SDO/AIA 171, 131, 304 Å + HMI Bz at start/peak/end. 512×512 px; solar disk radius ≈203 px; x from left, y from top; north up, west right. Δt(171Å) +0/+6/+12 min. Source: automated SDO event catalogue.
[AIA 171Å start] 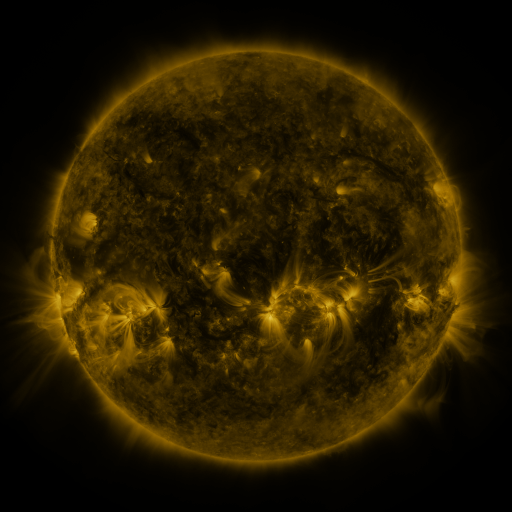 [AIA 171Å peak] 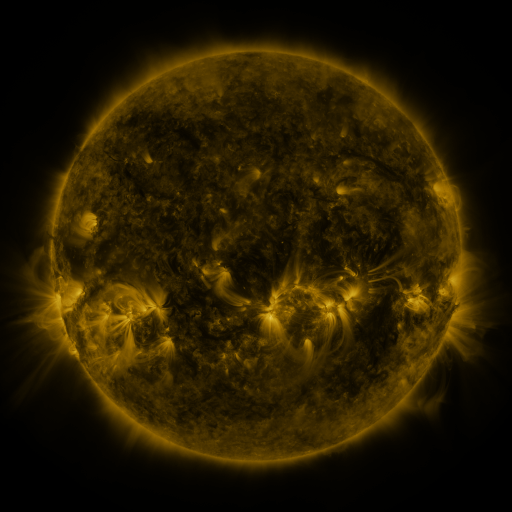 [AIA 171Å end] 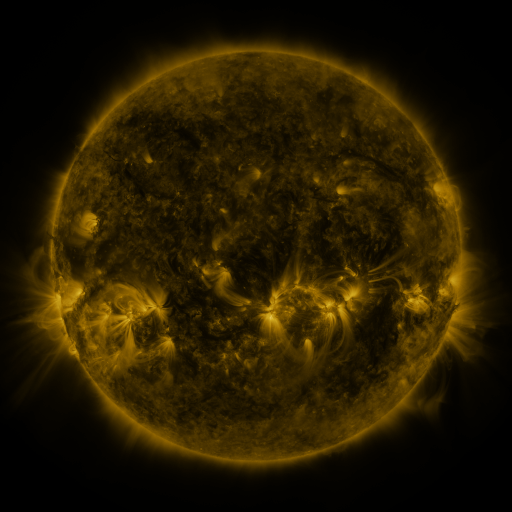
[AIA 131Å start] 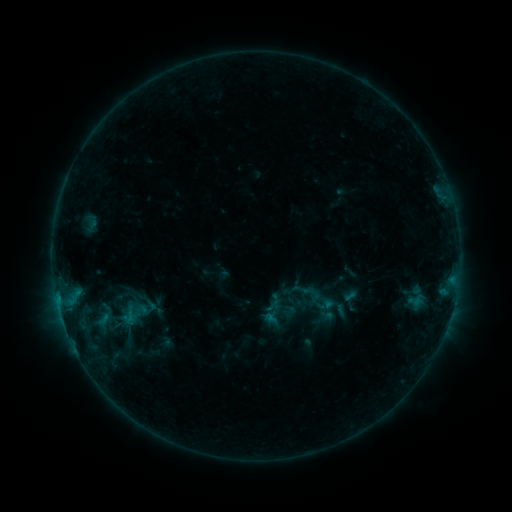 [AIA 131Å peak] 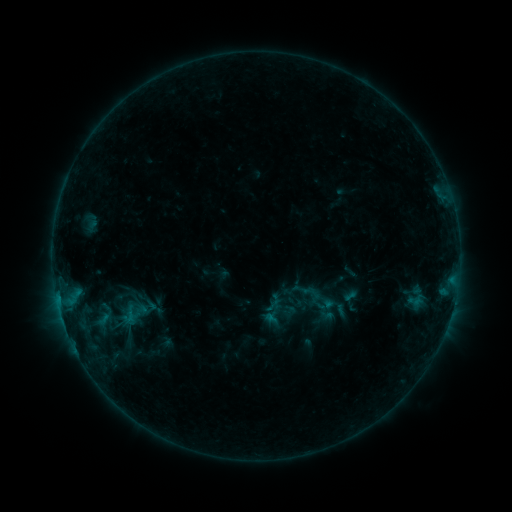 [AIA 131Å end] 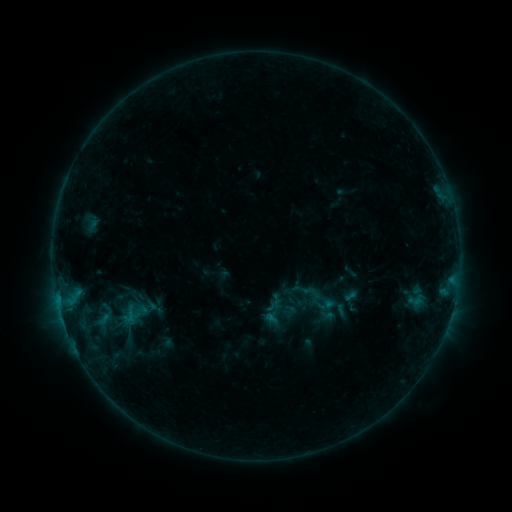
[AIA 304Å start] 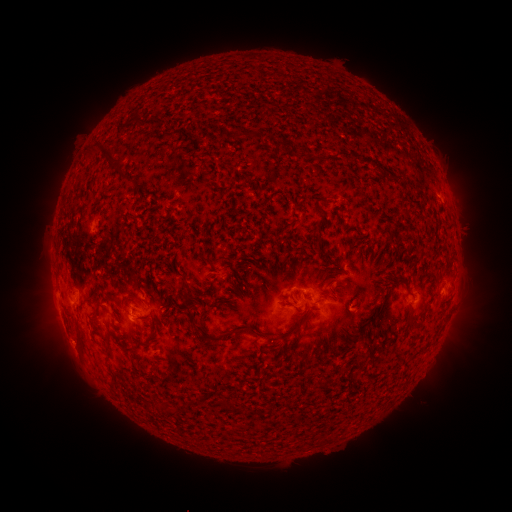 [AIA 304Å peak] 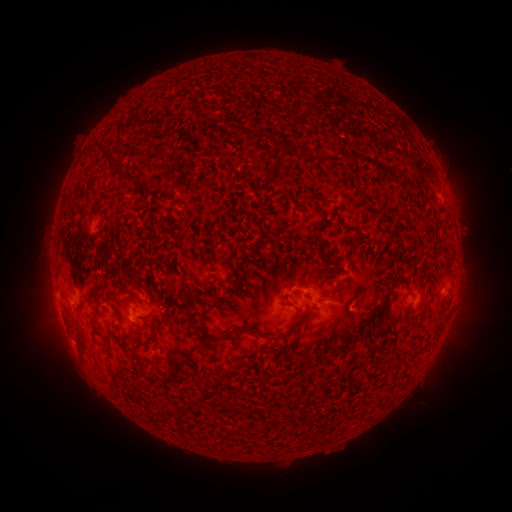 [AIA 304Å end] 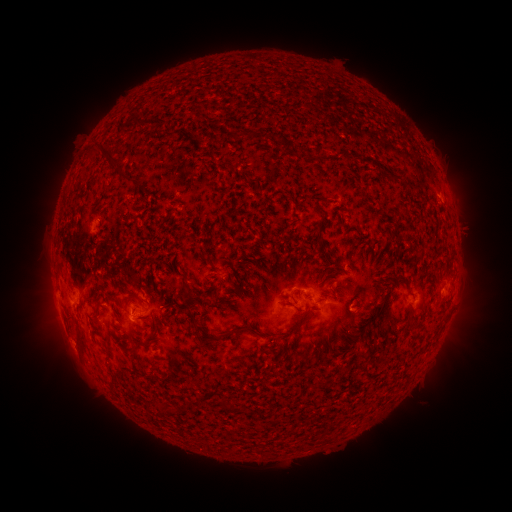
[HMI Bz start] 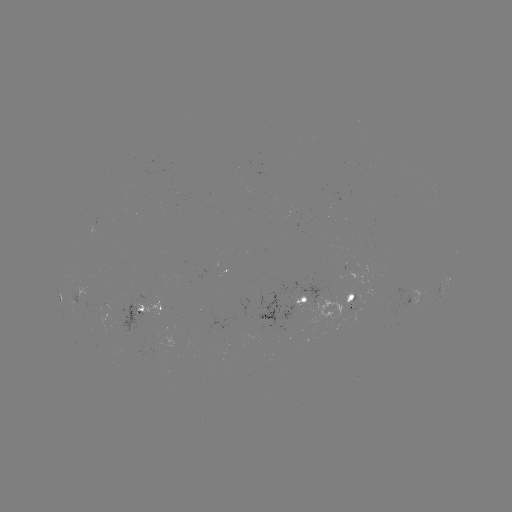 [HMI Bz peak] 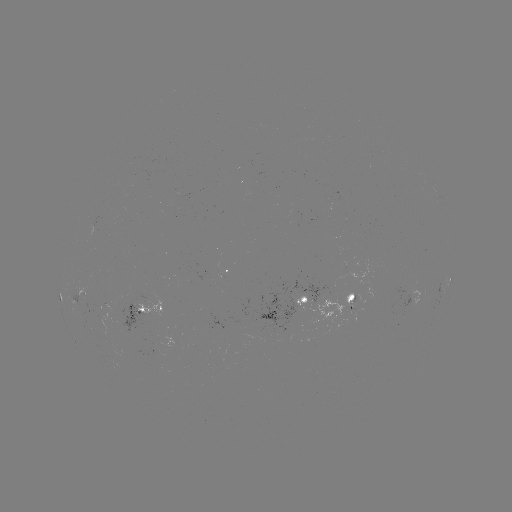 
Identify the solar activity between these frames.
nothing was catalogued: no classed flare, no EUV trigger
